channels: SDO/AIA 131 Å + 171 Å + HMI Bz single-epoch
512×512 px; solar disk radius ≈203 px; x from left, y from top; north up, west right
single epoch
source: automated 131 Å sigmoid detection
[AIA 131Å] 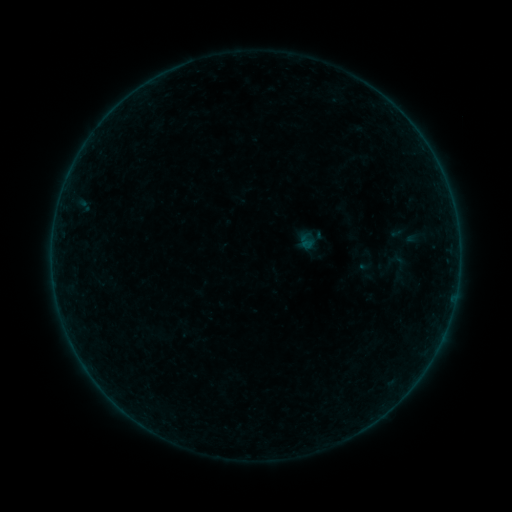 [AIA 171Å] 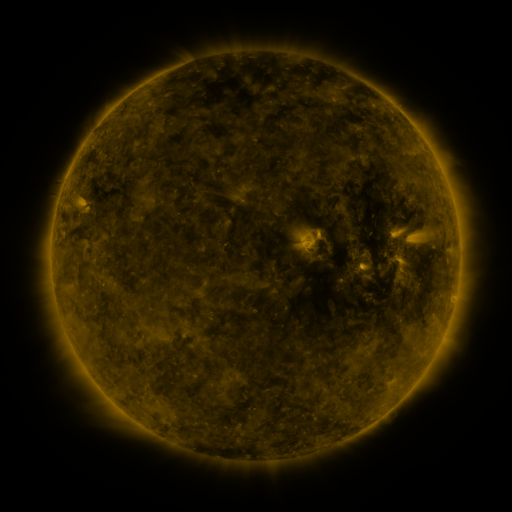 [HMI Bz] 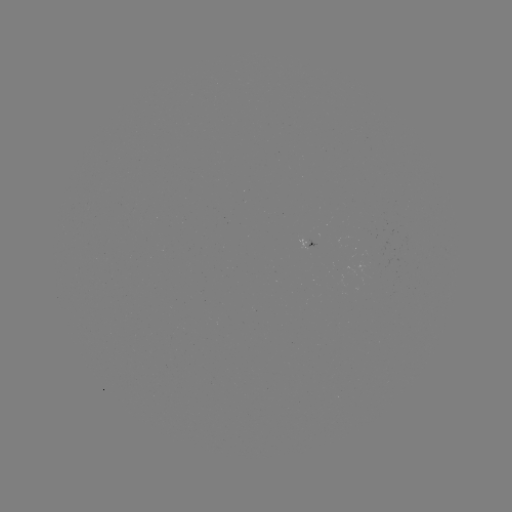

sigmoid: [378, 249, 418, 287]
